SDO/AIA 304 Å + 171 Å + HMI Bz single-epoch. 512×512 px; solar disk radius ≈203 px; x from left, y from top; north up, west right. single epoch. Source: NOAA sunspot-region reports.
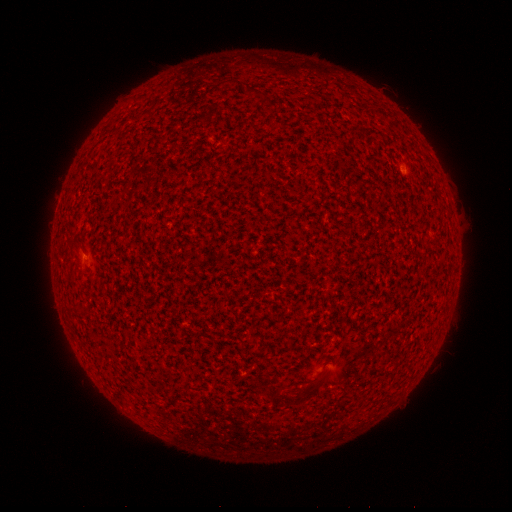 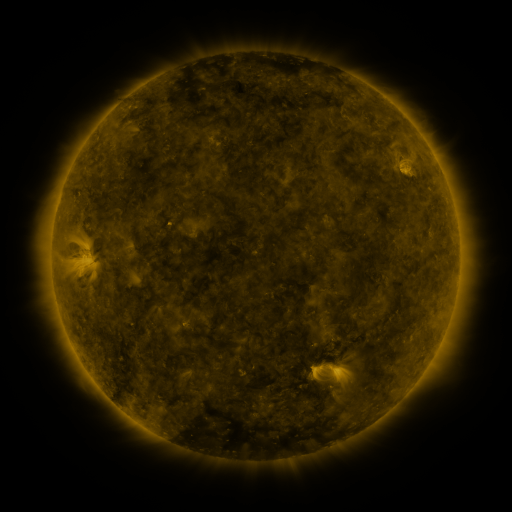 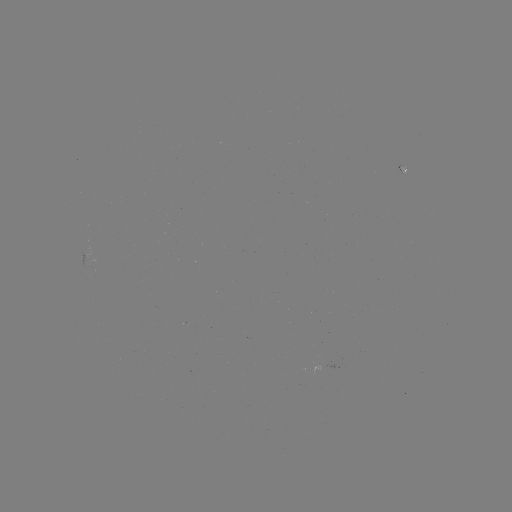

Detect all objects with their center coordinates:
(none)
